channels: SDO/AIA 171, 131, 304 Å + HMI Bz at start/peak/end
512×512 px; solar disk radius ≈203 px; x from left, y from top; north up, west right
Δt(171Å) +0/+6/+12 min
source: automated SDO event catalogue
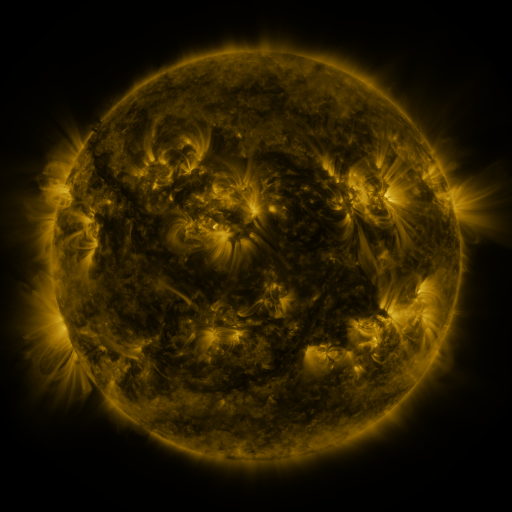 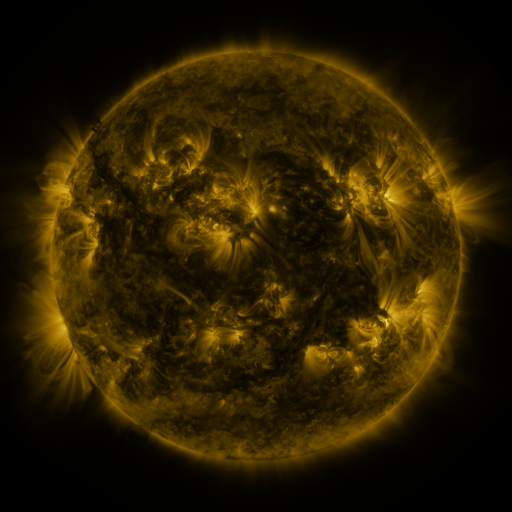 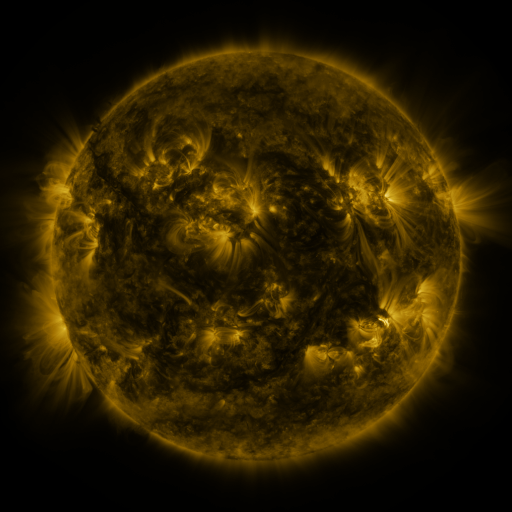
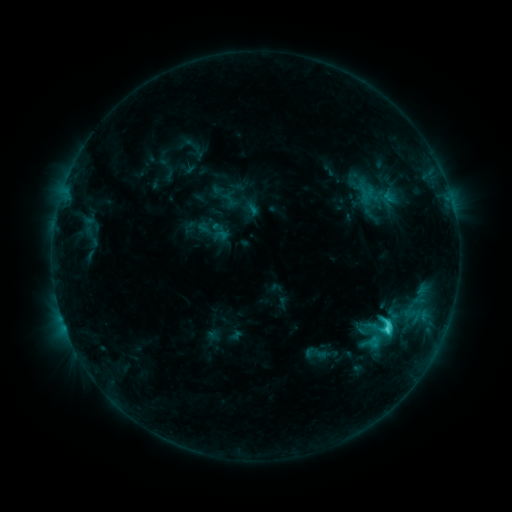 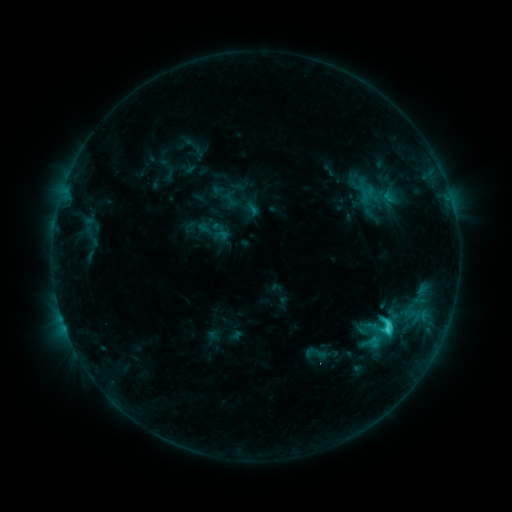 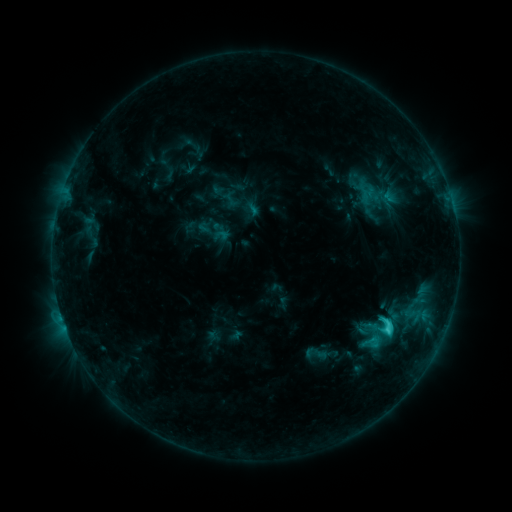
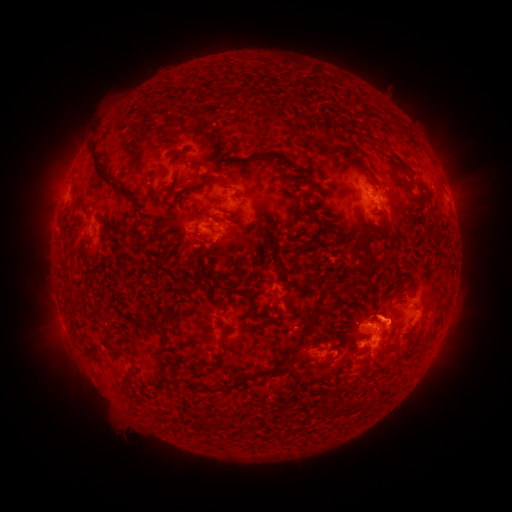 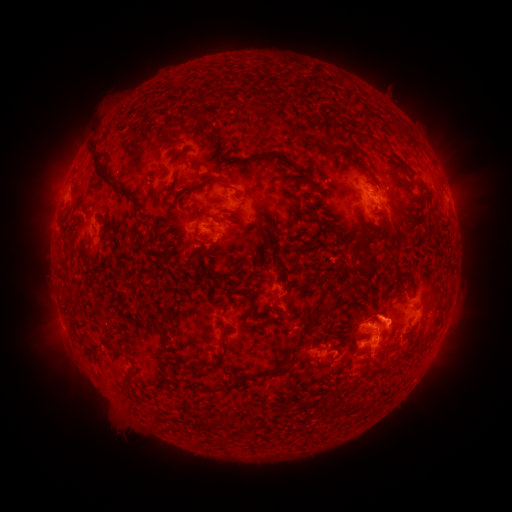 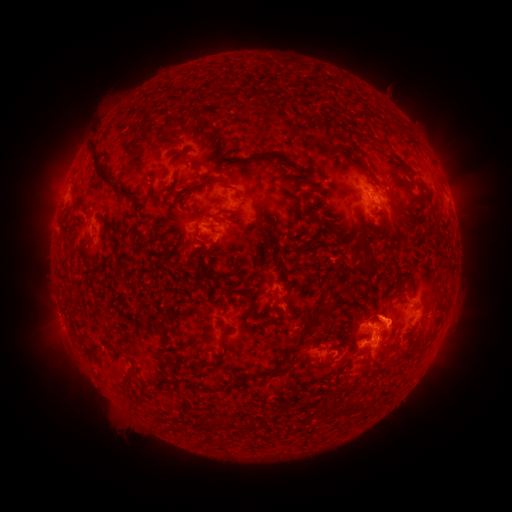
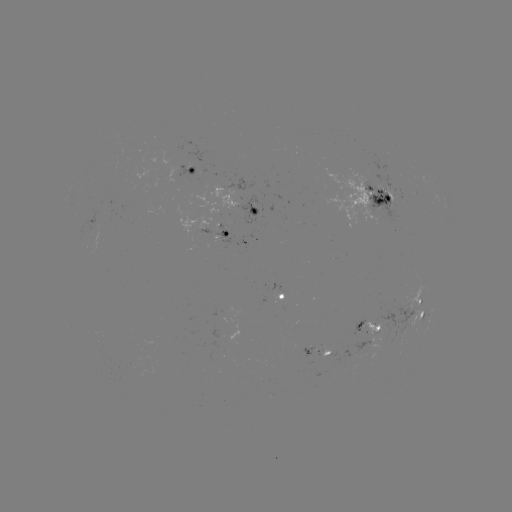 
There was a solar eruption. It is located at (55, 317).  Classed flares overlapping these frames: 1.